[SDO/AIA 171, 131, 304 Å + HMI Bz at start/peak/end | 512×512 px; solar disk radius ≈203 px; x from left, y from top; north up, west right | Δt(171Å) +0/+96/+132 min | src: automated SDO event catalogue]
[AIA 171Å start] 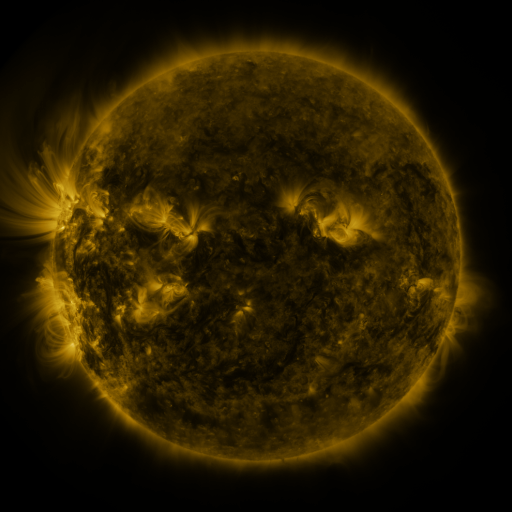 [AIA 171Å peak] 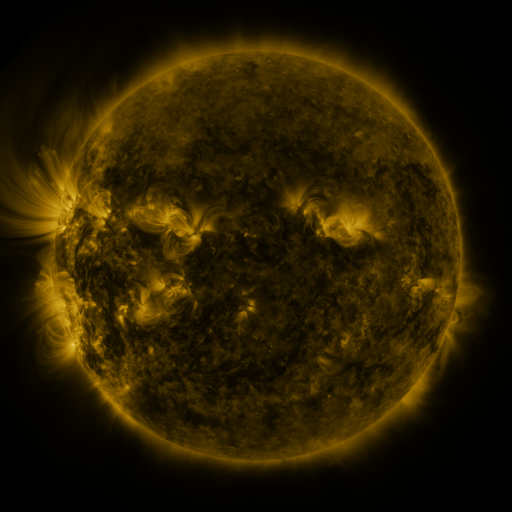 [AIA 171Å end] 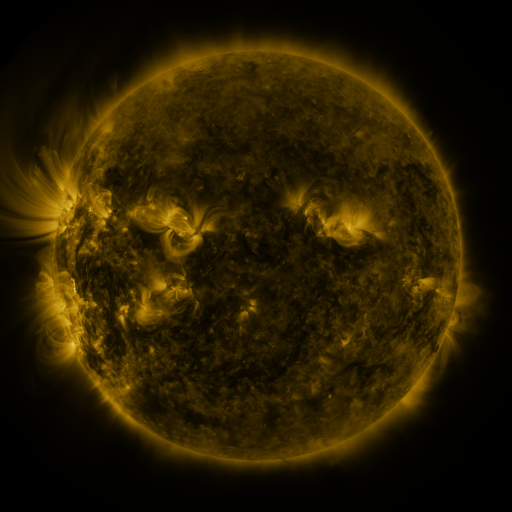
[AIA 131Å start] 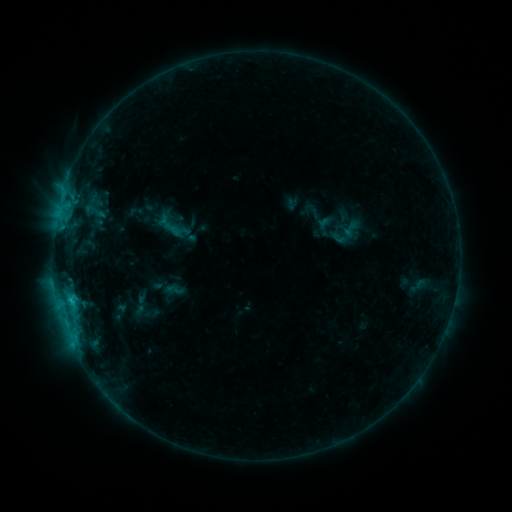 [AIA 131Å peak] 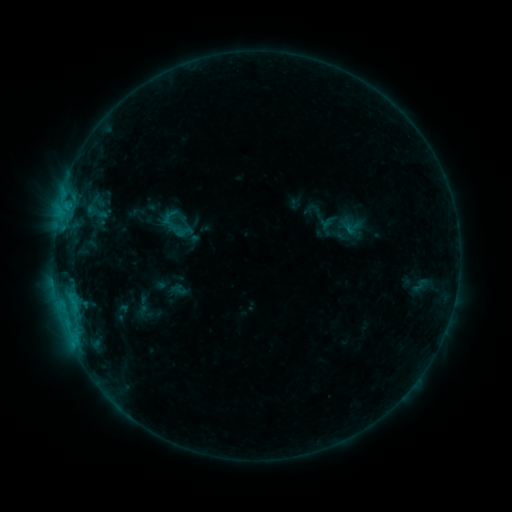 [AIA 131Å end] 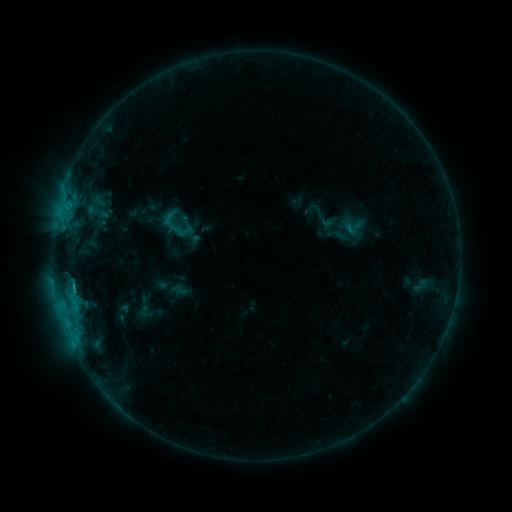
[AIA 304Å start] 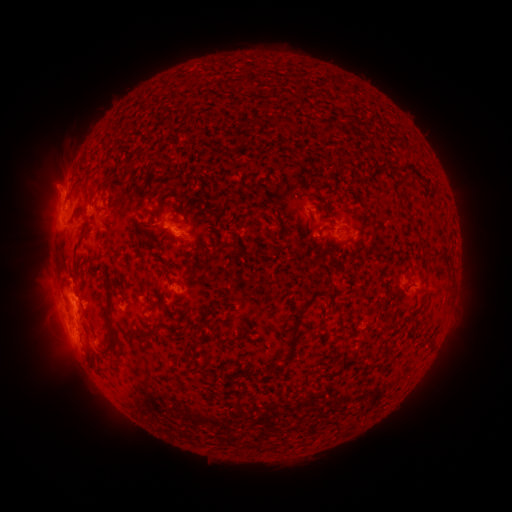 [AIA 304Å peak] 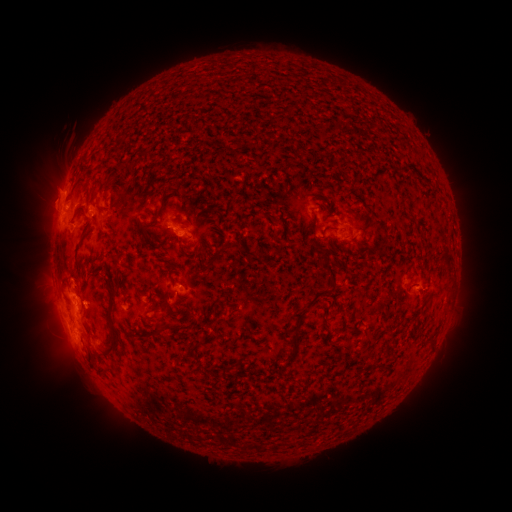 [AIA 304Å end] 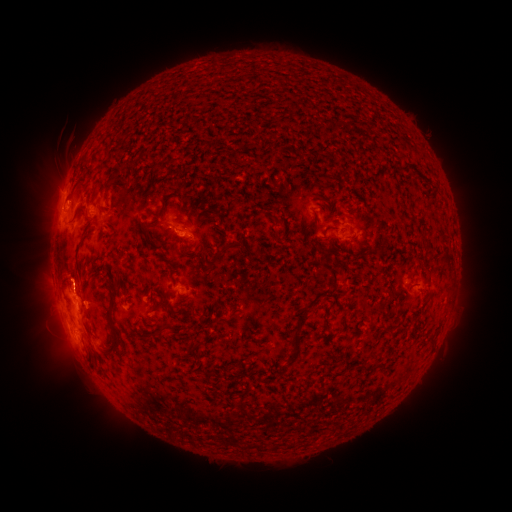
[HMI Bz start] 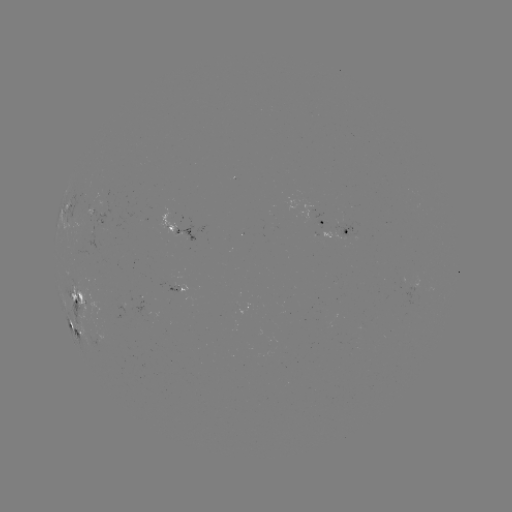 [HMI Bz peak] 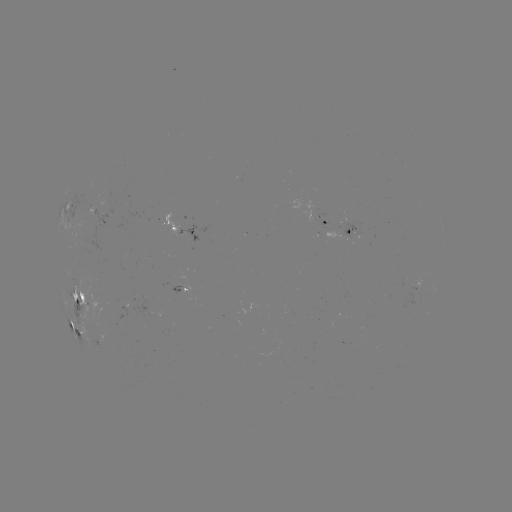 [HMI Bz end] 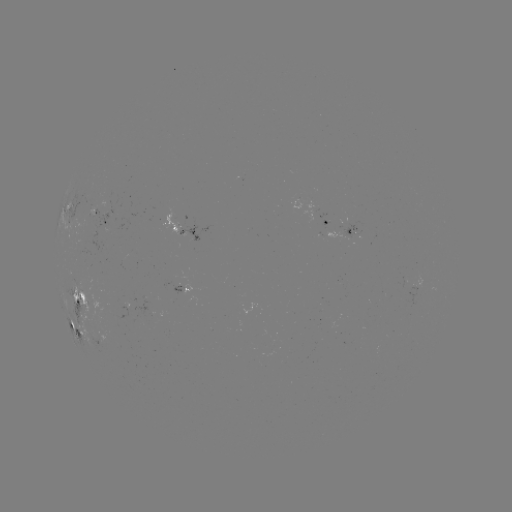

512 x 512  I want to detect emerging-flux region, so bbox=[86, 205, 94, 217].